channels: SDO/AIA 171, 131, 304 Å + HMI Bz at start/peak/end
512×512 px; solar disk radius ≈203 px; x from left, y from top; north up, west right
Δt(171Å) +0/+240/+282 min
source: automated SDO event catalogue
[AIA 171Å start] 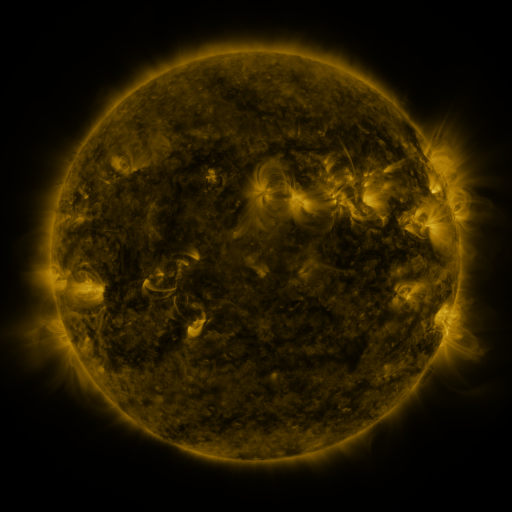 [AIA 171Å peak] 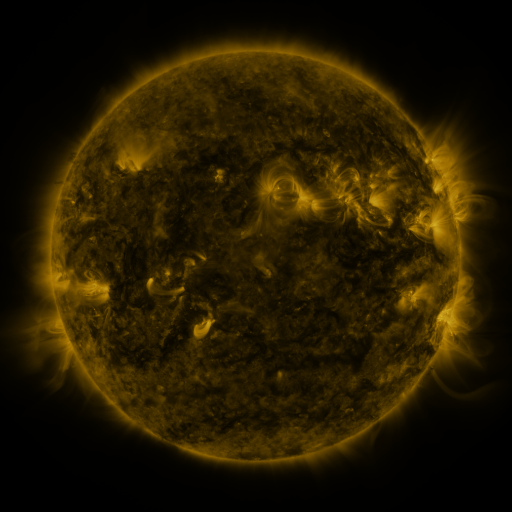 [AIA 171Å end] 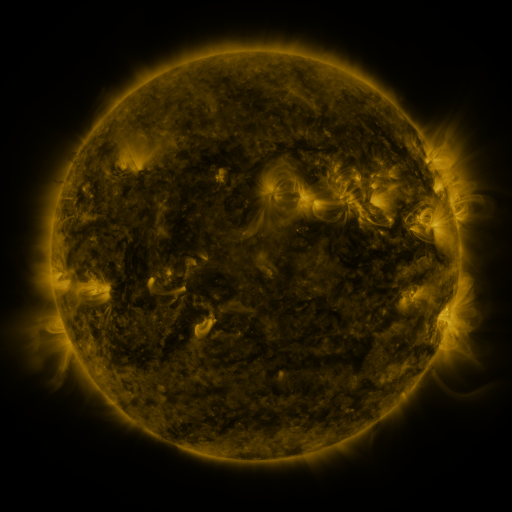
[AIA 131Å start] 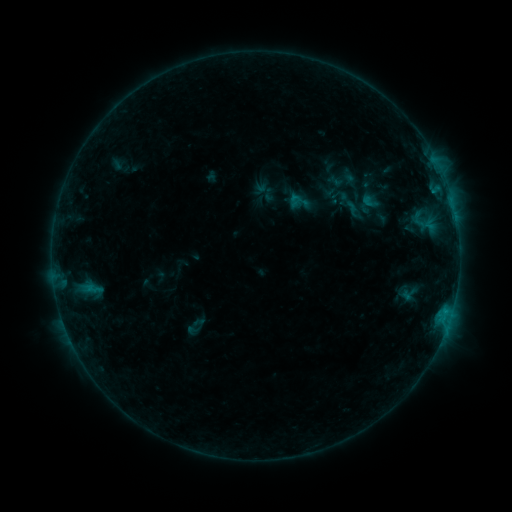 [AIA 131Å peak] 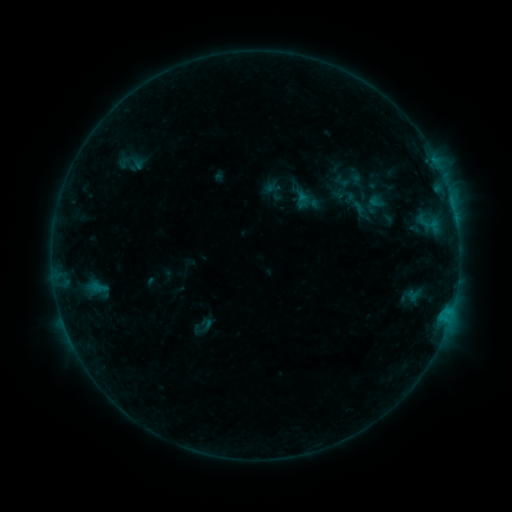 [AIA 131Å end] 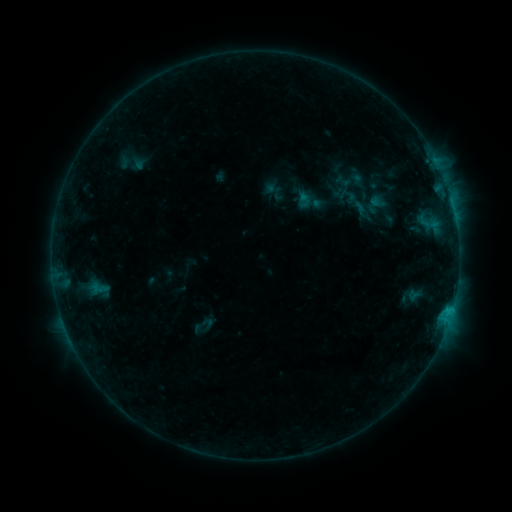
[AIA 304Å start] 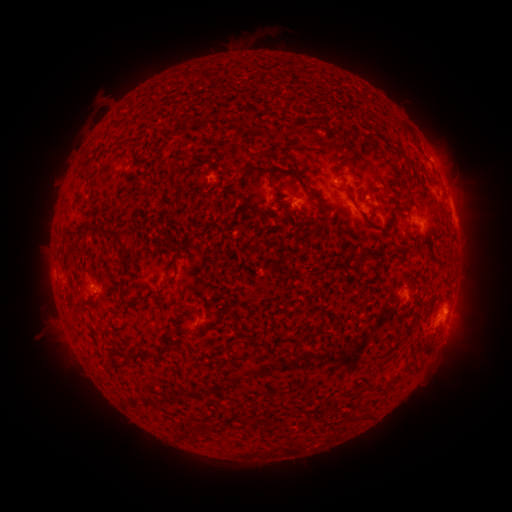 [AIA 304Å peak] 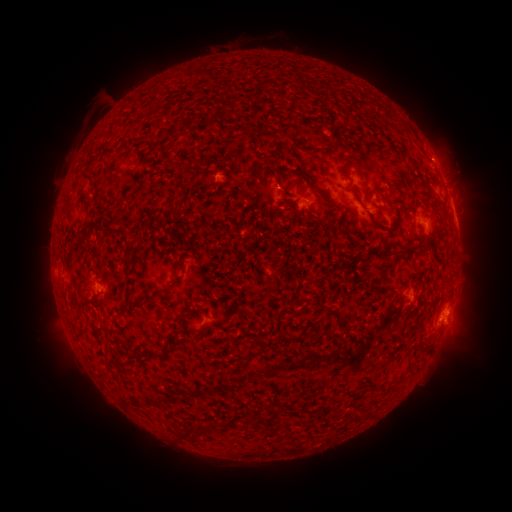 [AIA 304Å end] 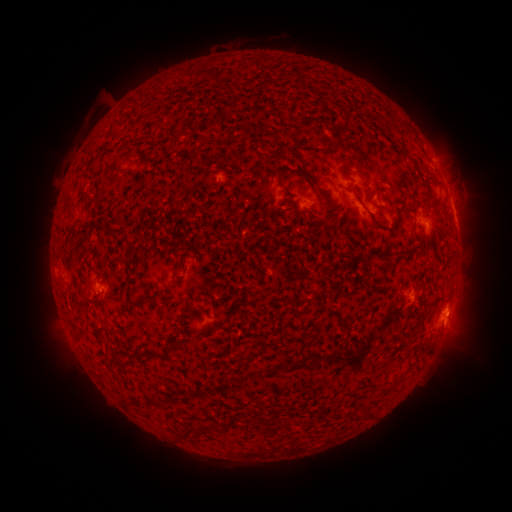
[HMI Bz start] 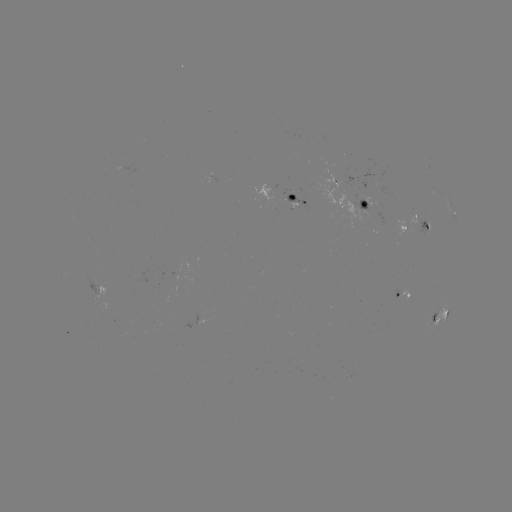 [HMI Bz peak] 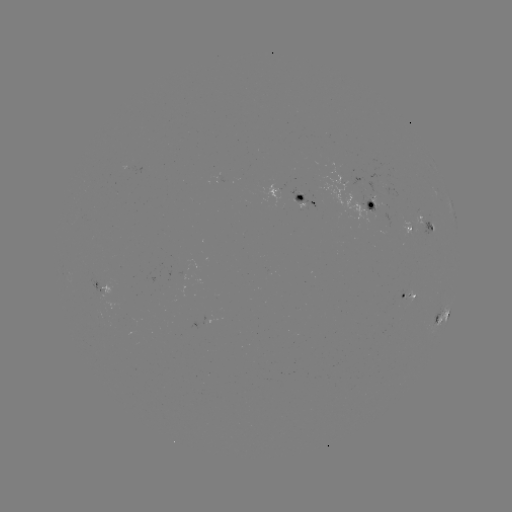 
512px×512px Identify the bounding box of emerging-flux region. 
[318, 171, 379, 227].